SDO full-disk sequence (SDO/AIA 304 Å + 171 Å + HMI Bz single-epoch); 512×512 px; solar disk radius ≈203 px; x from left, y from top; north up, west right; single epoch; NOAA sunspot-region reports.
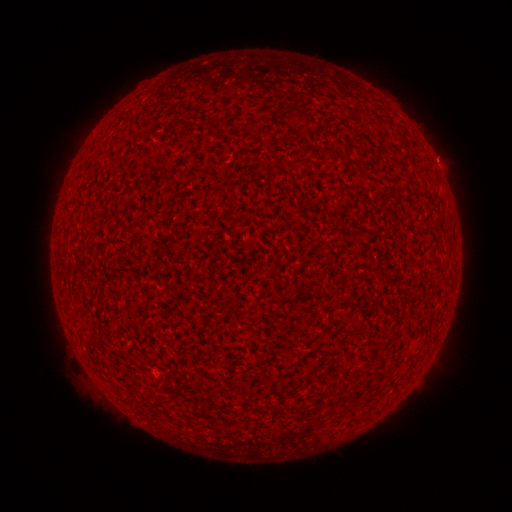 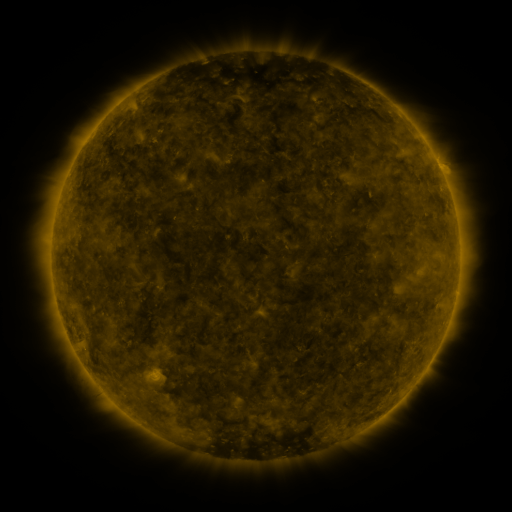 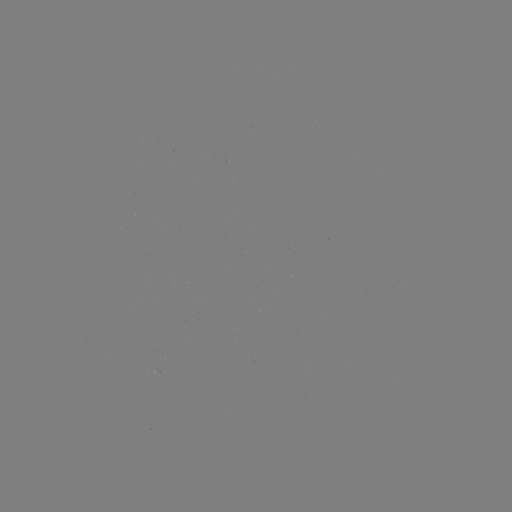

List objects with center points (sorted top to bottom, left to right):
(none)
